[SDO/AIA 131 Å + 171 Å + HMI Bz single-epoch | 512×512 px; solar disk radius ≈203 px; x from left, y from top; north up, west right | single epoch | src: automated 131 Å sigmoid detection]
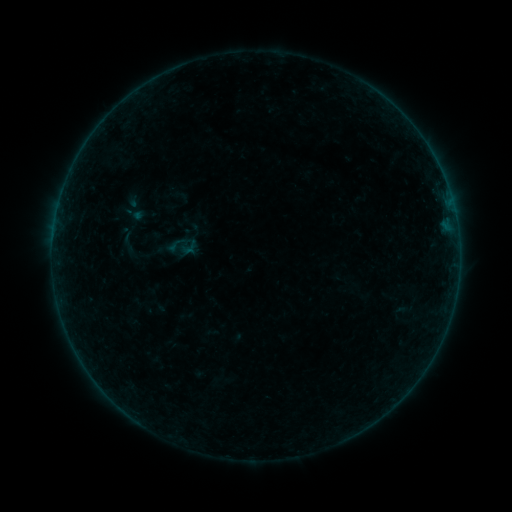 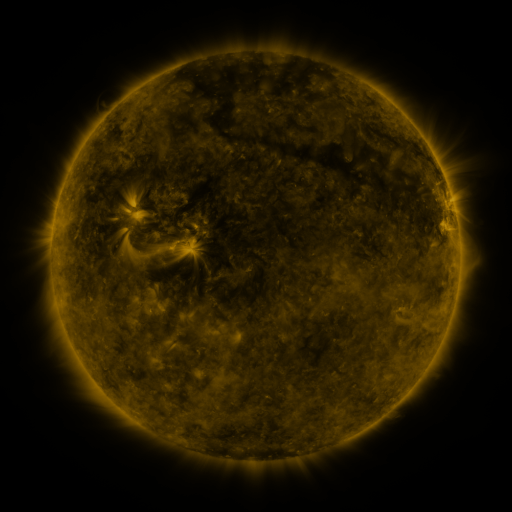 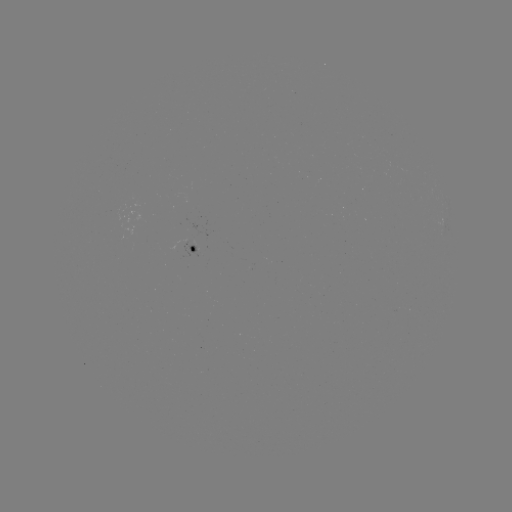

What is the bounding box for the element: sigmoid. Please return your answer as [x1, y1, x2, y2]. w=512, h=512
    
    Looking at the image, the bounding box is [117, 228, 140, 255].